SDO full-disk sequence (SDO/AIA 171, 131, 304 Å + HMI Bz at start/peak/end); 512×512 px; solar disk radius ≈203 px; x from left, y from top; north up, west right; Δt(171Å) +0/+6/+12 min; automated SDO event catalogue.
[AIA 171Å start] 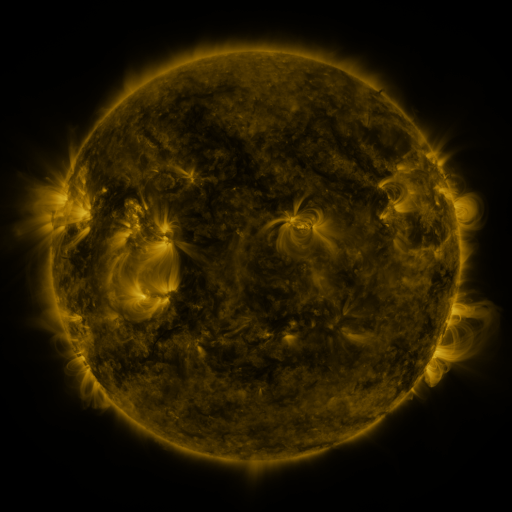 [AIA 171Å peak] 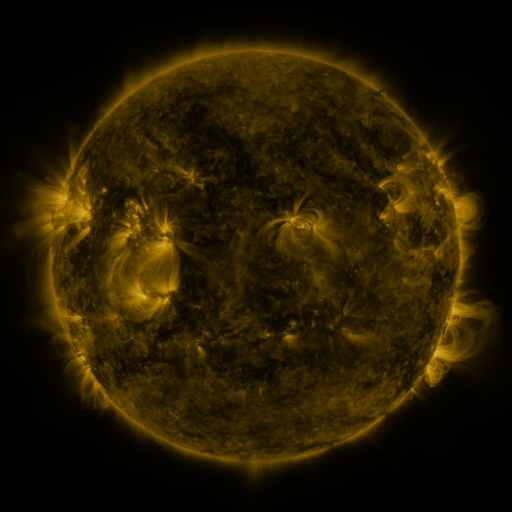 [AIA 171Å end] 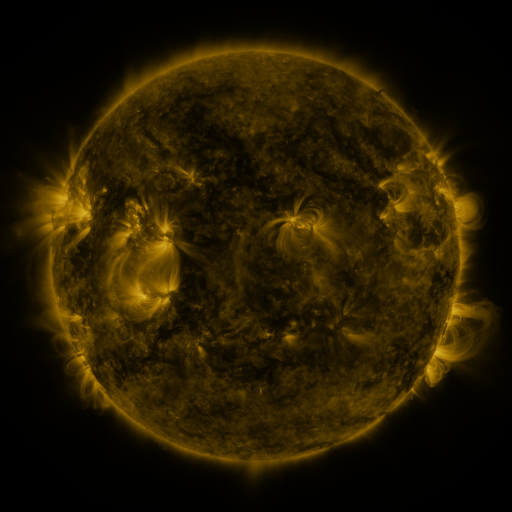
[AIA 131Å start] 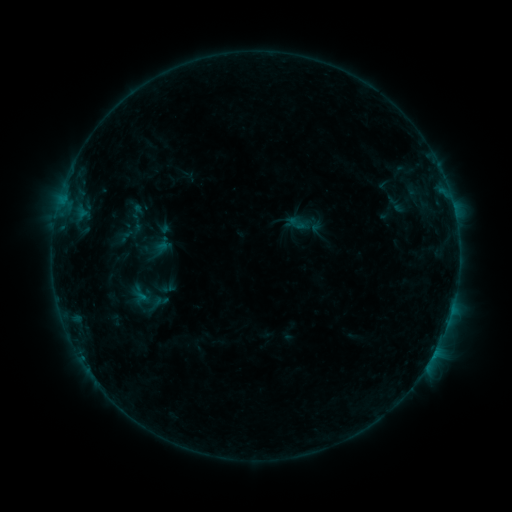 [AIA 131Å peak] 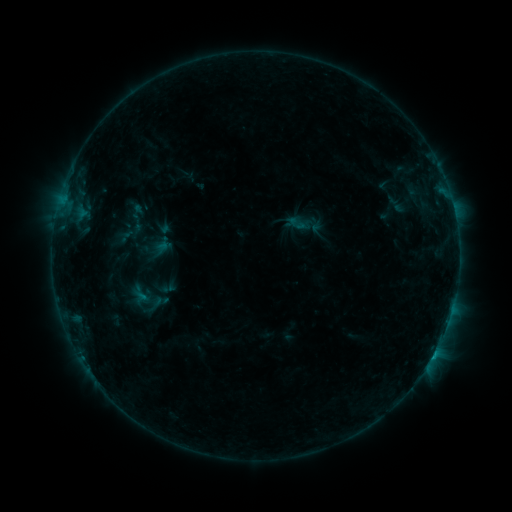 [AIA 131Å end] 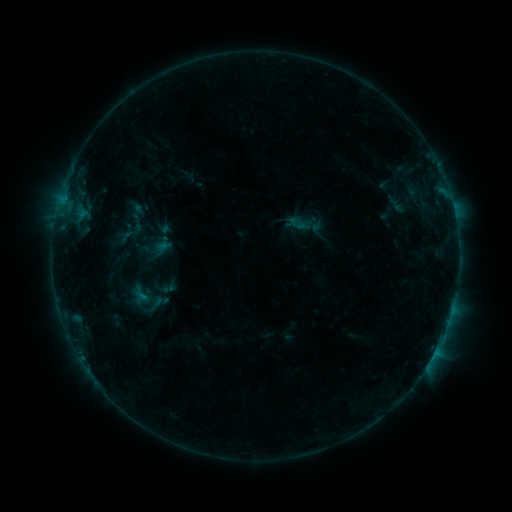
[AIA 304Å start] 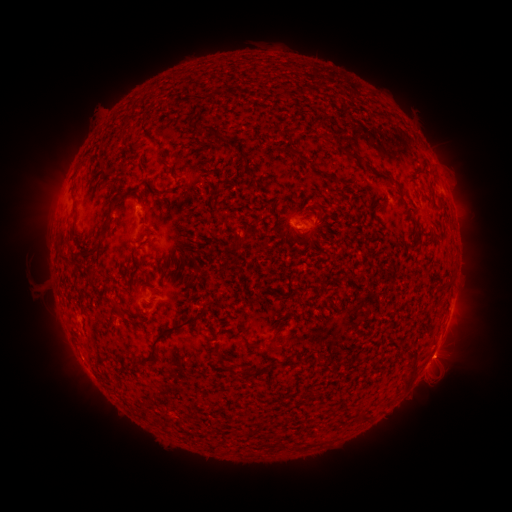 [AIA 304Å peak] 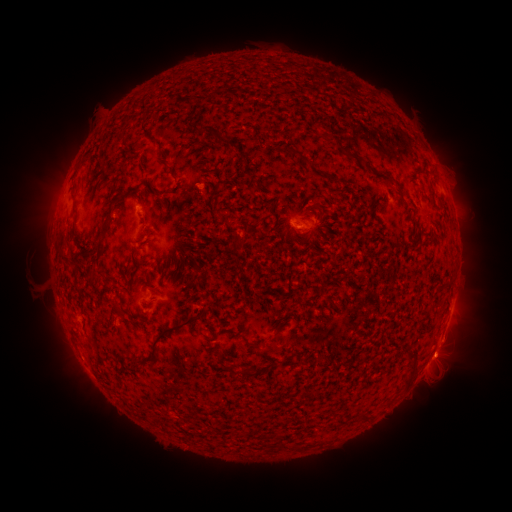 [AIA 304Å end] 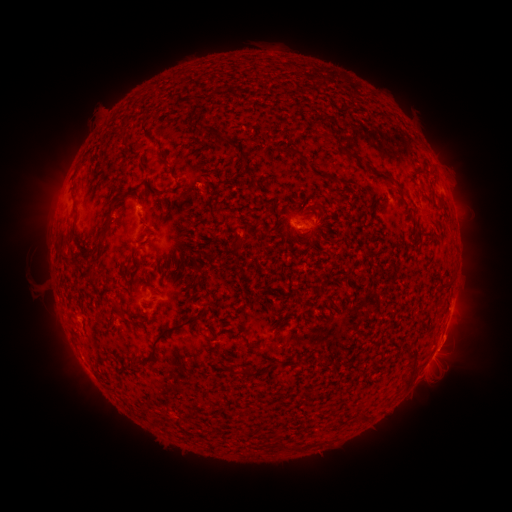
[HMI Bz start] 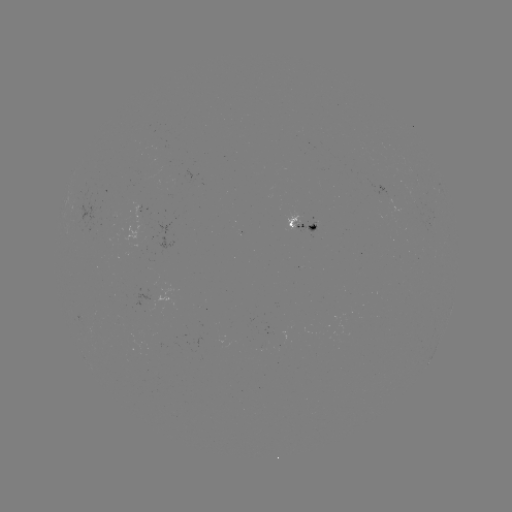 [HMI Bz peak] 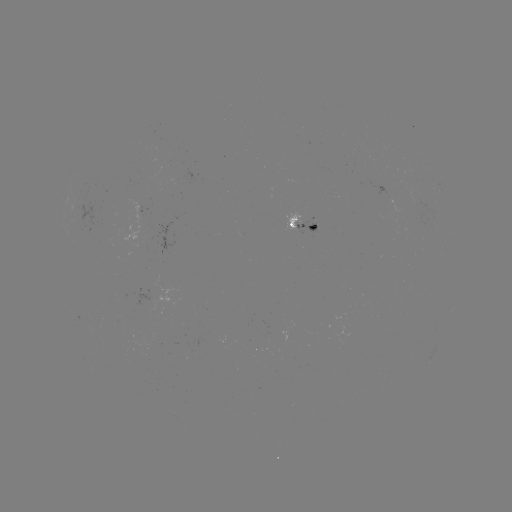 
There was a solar eruption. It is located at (442, 354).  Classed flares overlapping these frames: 1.